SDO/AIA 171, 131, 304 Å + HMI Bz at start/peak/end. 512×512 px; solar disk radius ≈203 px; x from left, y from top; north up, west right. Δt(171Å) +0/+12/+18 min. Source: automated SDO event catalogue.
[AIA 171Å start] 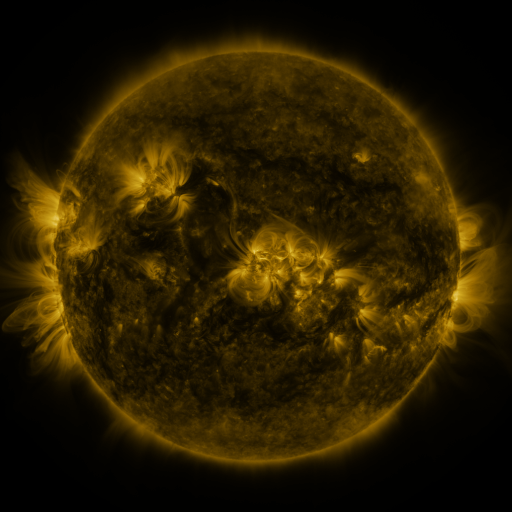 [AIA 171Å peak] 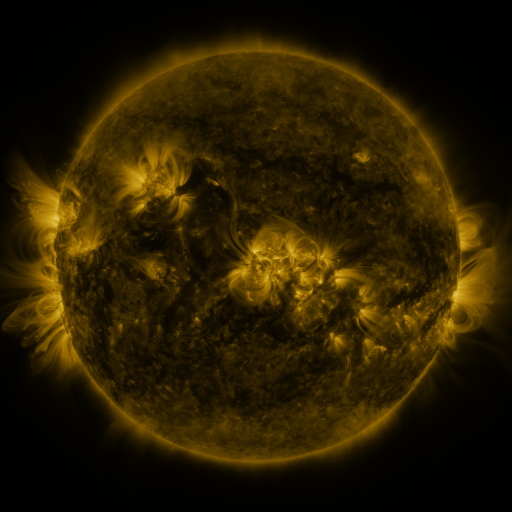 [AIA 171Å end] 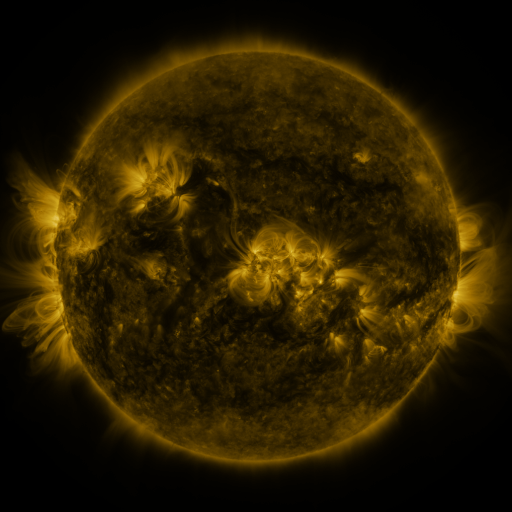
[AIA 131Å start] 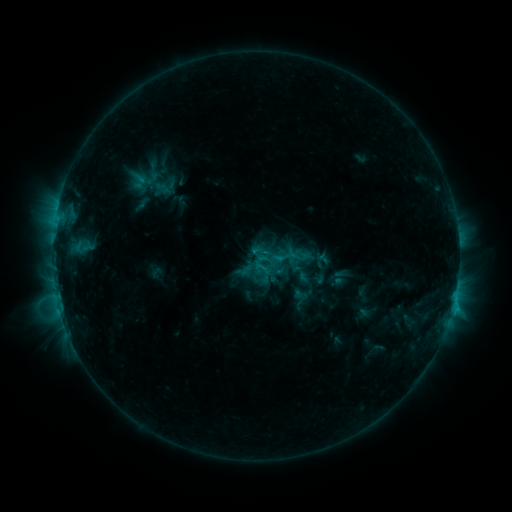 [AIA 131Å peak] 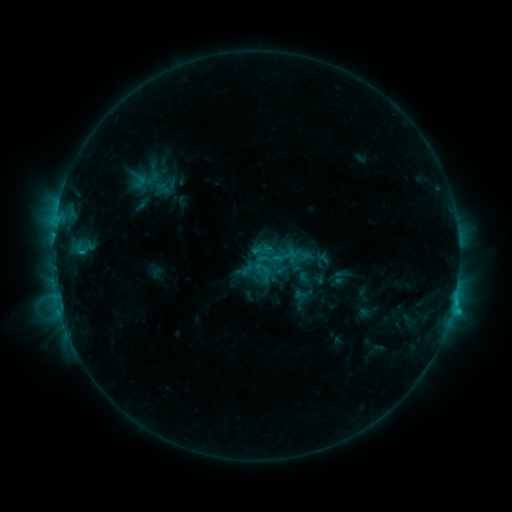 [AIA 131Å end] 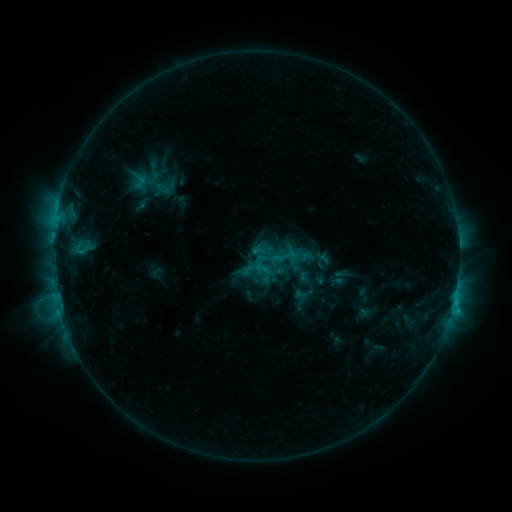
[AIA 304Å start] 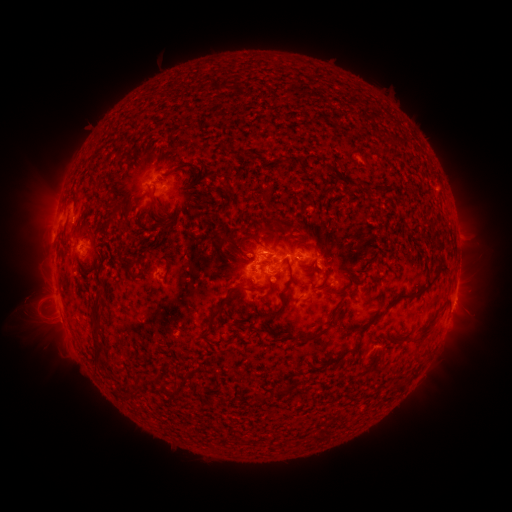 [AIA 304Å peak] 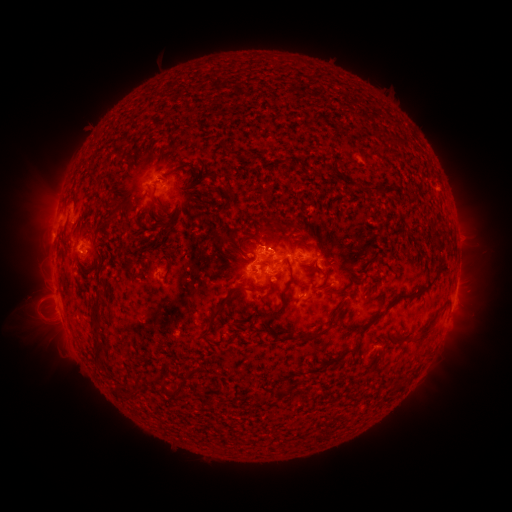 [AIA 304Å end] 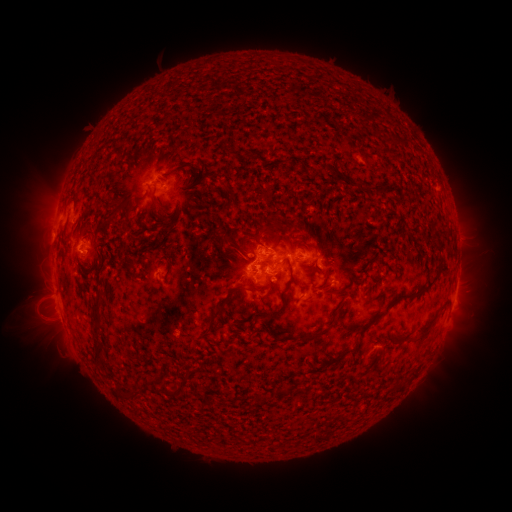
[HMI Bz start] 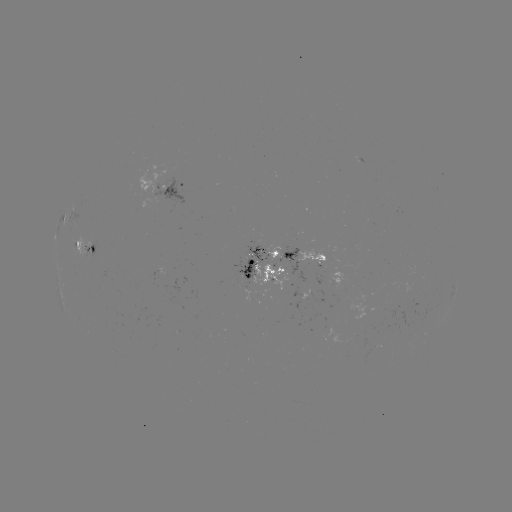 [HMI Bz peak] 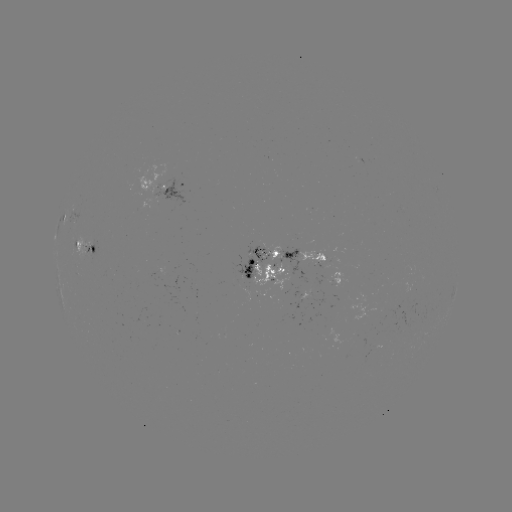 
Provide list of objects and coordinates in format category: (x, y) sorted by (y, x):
C2.6 flare: (452, 307)
